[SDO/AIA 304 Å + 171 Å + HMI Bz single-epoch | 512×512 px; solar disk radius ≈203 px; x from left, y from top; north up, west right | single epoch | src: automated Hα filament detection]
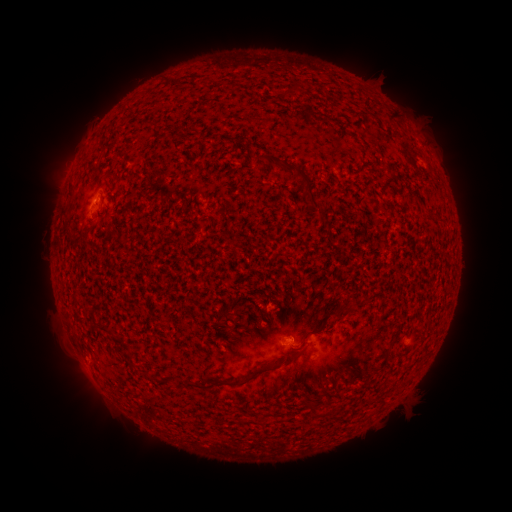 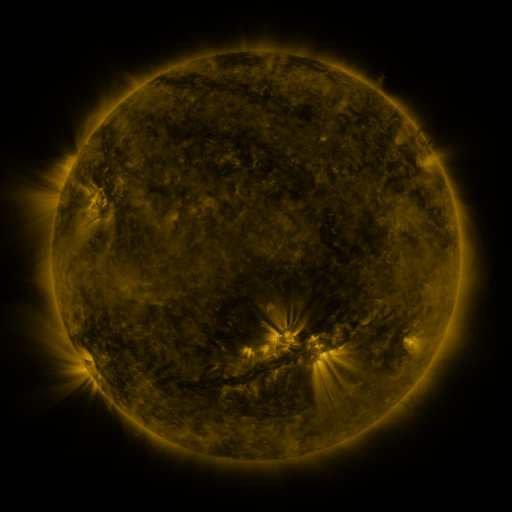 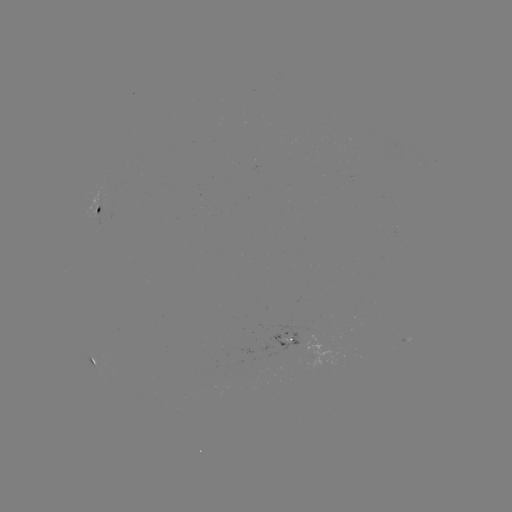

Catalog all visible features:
filament: [171, 77, 182, 86]
filament: [292, 82, 302, 93]
filament: [386, 112, 397, 124]
filament: [268, 156, 329, 227]
filament: [67, 184, 76, 200]
filament: [329, 303, 351, 317]
filament: [212, 347, 306, 388]
filament: [125, 350, 135, 361]
filament: [310, 404, 317, 416]
